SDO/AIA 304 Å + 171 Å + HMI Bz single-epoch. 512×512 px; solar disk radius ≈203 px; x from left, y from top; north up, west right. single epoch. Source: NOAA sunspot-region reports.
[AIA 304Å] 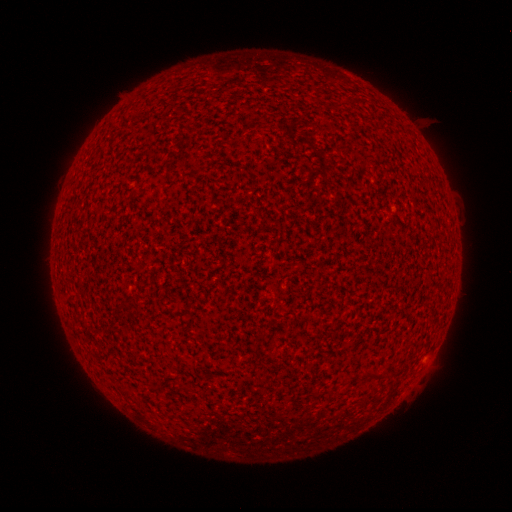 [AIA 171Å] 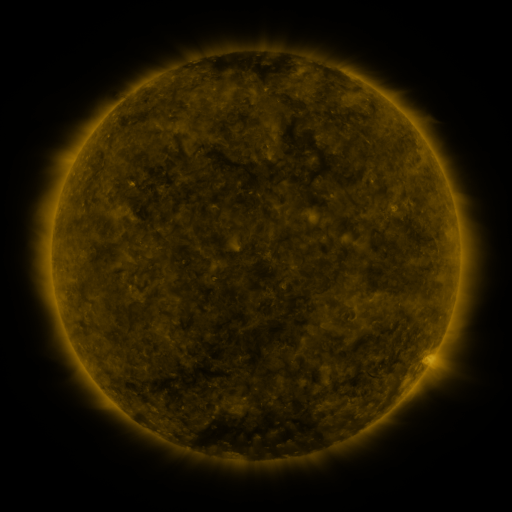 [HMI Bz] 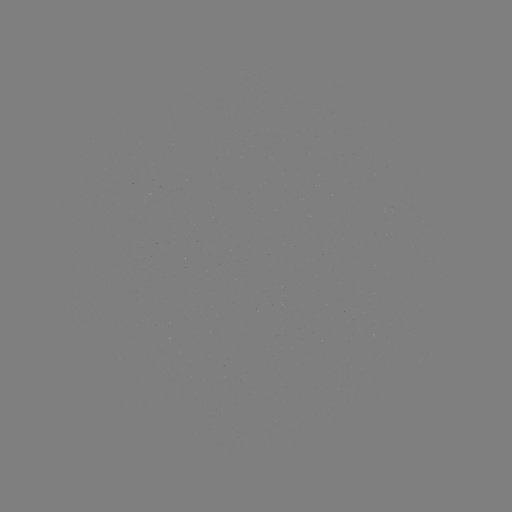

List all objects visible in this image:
(none)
